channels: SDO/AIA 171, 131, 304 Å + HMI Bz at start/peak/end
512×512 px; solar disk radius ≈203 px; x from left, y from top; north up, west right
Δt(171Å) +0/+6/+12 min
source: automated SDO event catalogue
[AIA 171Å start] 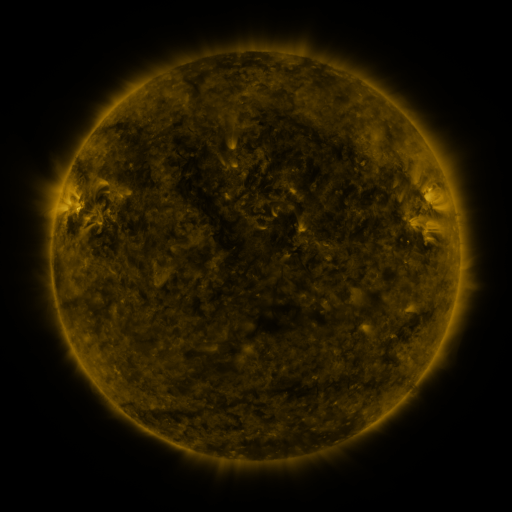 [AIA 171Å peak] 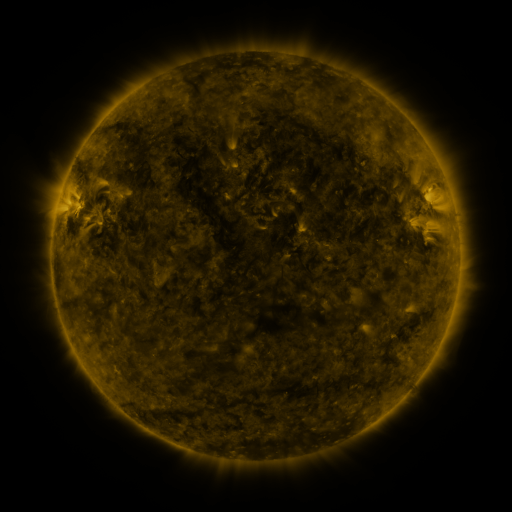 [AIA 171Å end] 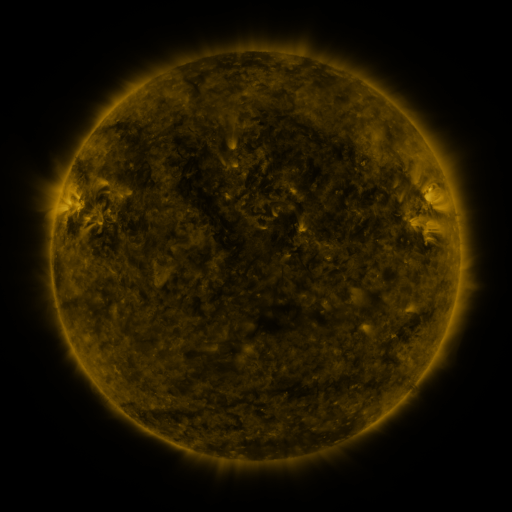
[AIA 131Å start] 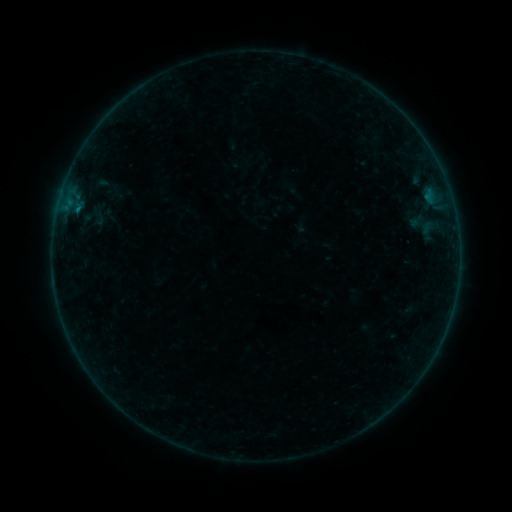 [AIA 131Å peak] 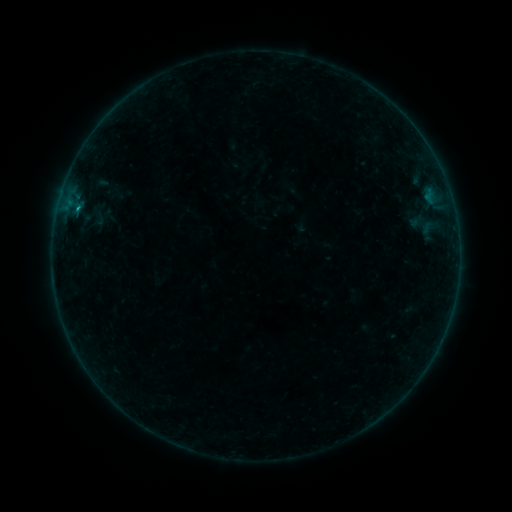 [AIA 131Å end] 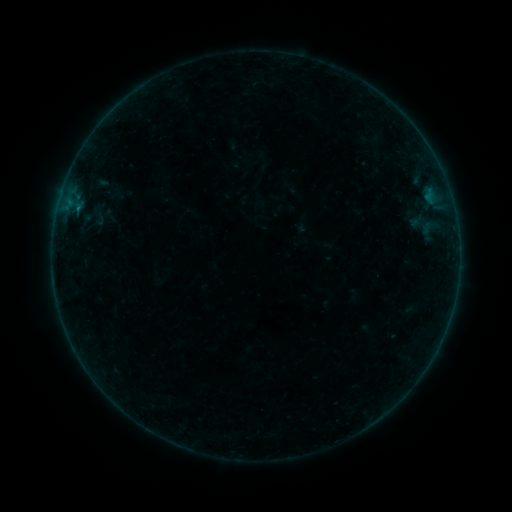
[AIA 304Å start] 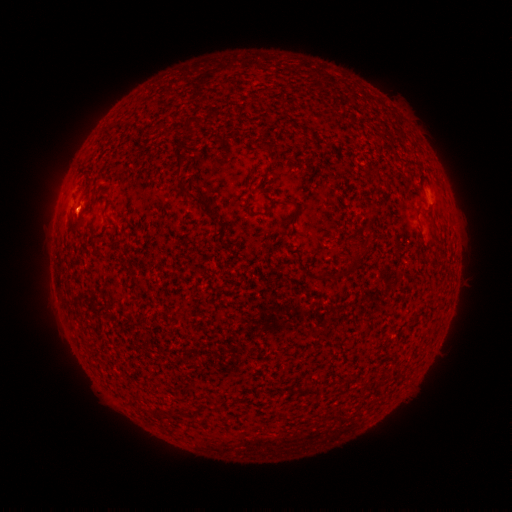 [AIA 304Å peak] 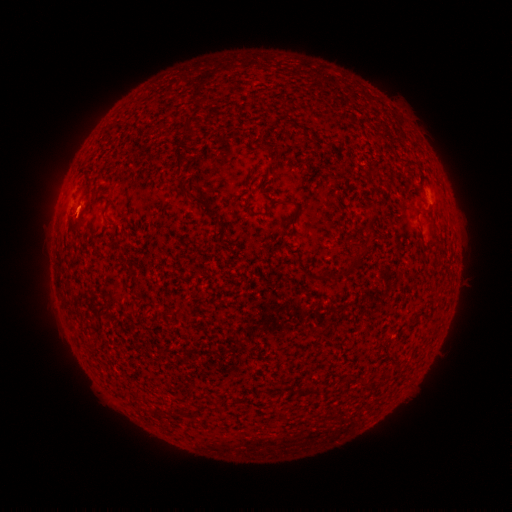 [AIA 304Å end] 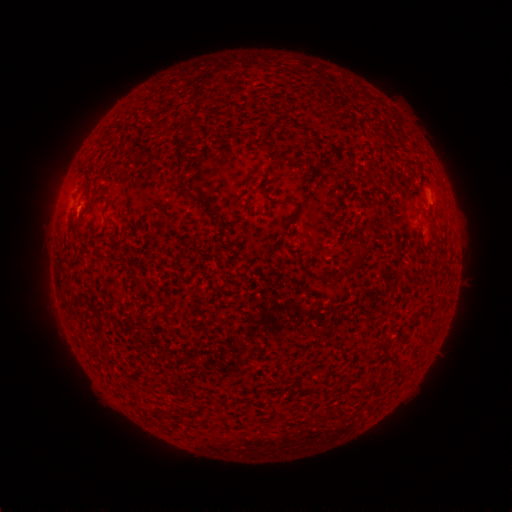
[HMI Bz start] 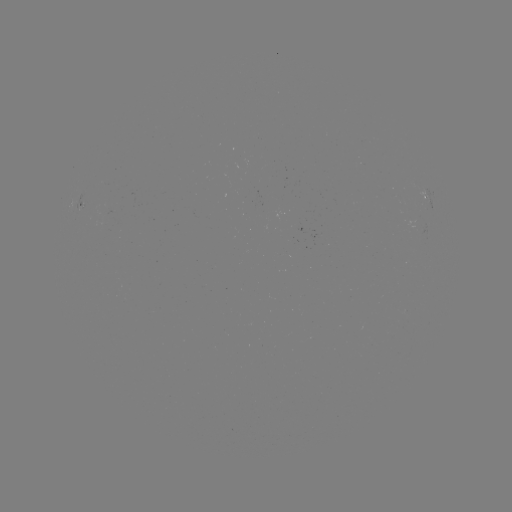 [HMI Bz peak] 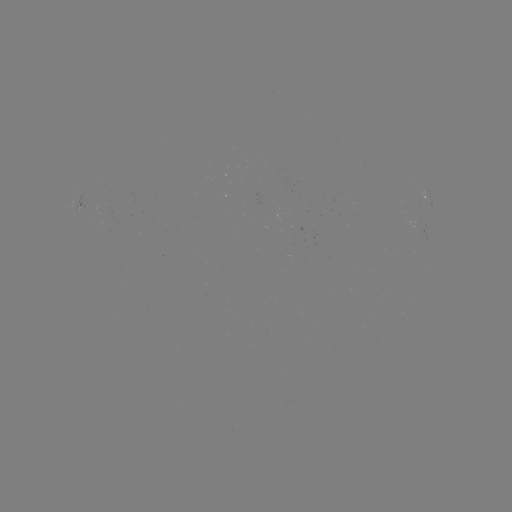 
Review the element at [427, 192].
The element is B2.3 flare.